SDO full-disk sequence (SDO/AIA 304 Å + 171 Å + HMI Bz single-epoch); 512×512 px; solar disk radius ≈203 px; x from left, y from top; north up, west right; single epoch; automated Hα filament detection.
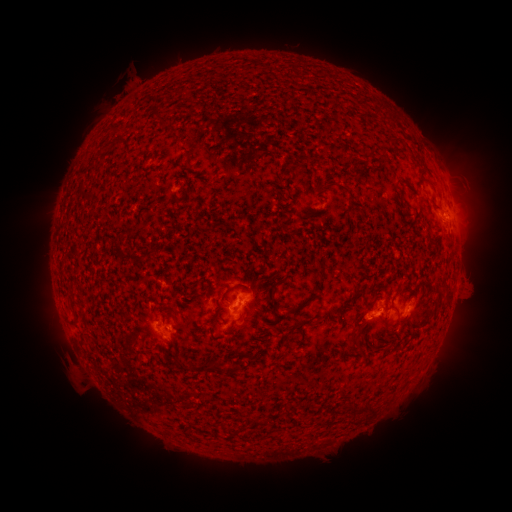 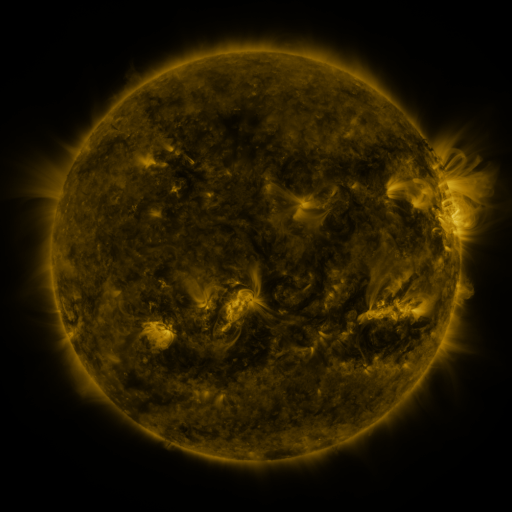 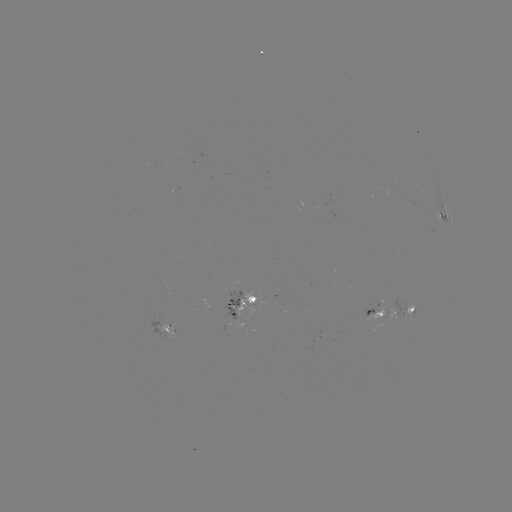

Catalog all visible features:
filament: (168, 121)
filament: (116, 127)
filament: (322, 160)
filament: (322, 188)
filament: (85, 192)
filament: (178, 197)
filament: (435, 207)
filament: (446, 298)
filament: (272, 300)
filament: (301, 306)
filament: (73, 307)
filament: (391, 308)
filament: (353, 343)
filament: (248, 356)
filament: (207, 367)
filament: (364, 410)
